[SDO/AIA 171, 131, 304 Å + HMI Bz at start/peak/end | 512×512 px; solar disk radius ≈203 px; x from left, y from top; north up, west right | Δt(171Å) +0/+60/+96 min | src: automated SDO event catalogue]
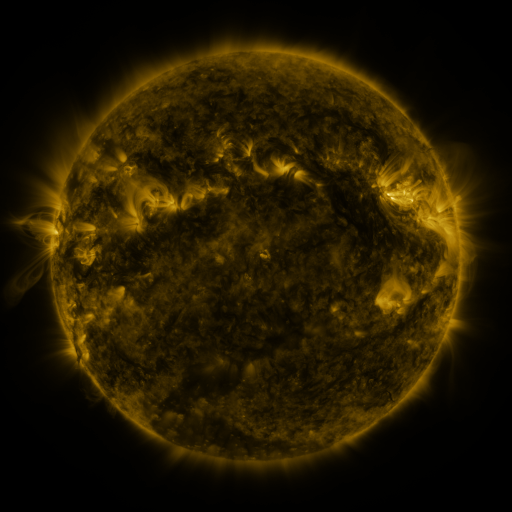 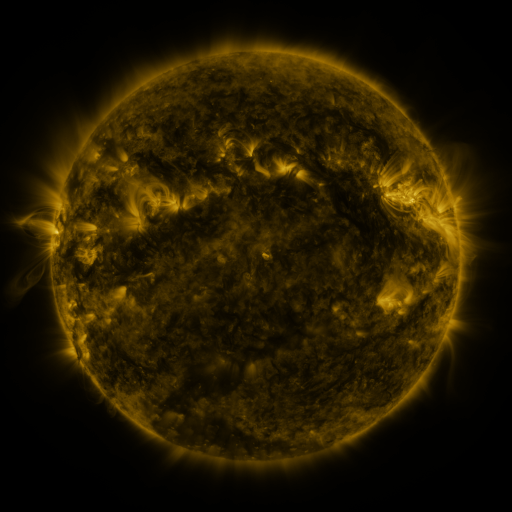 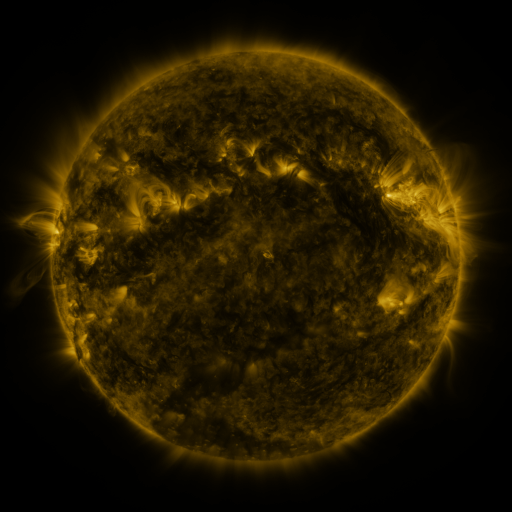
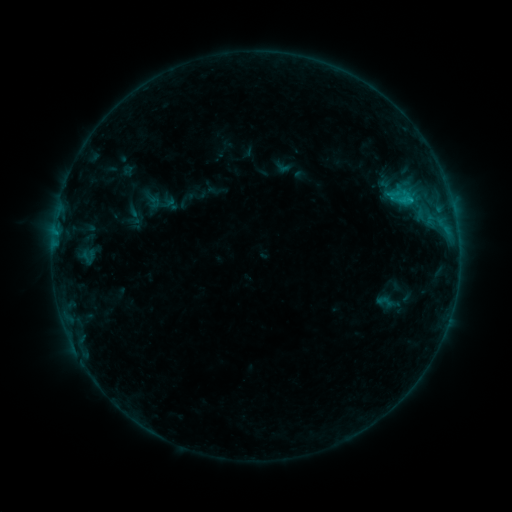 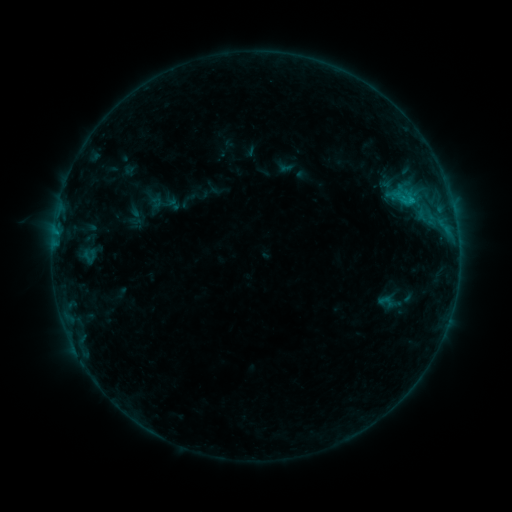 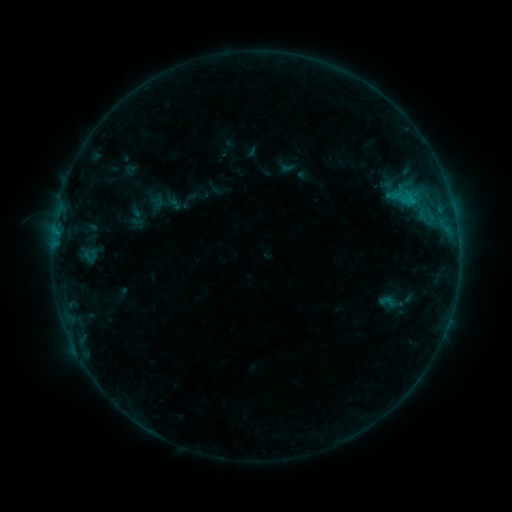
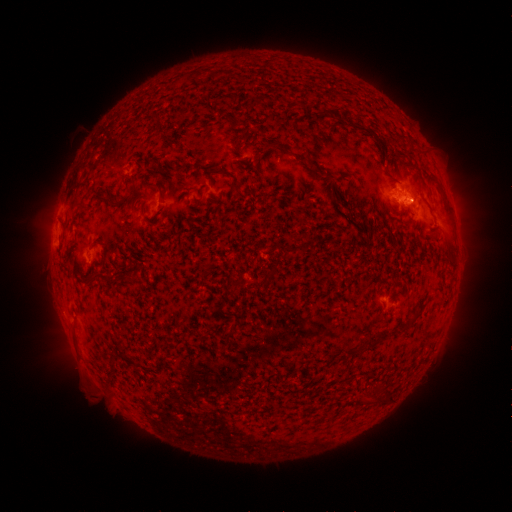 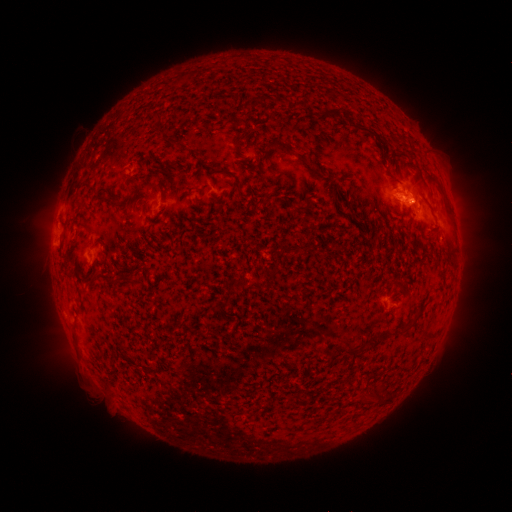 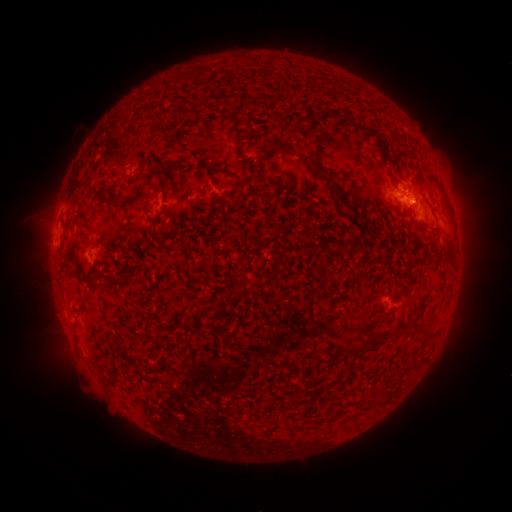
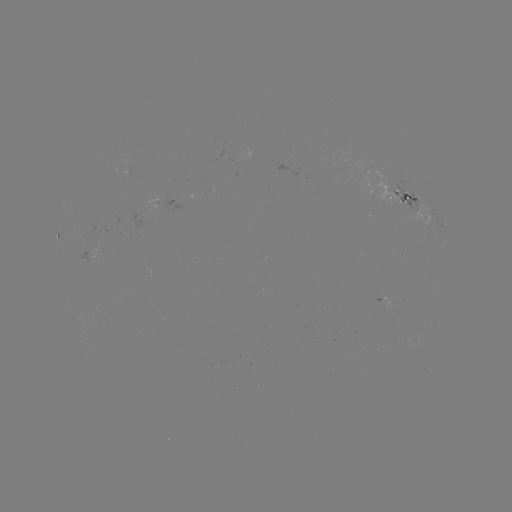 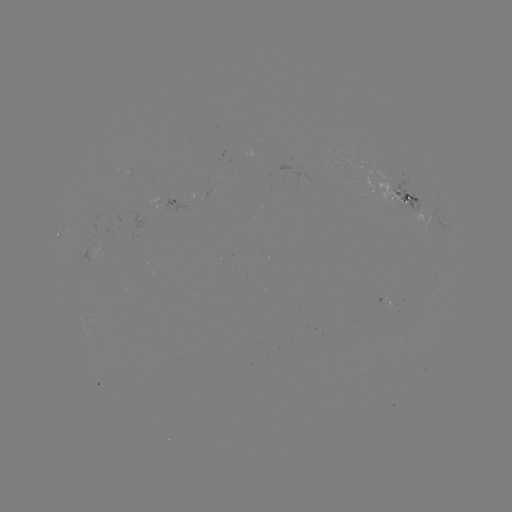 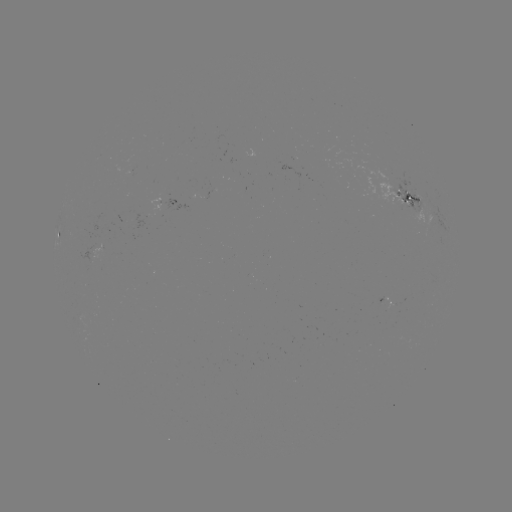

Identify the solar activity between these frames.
emerging-flux region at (416, 193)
